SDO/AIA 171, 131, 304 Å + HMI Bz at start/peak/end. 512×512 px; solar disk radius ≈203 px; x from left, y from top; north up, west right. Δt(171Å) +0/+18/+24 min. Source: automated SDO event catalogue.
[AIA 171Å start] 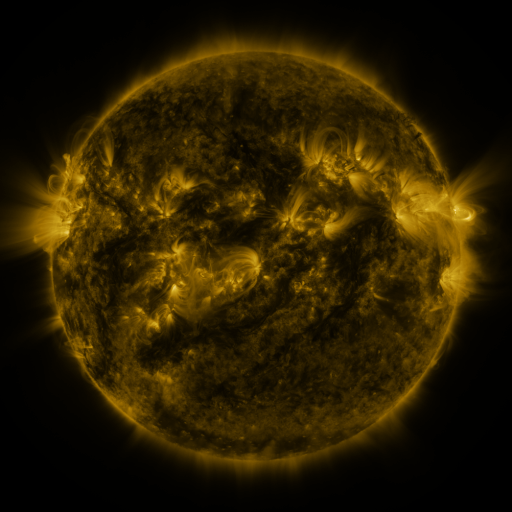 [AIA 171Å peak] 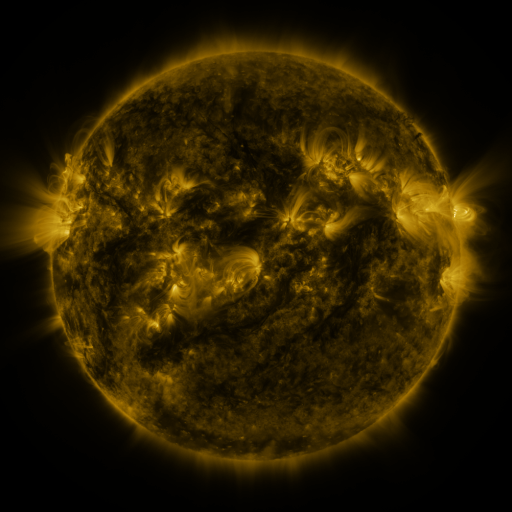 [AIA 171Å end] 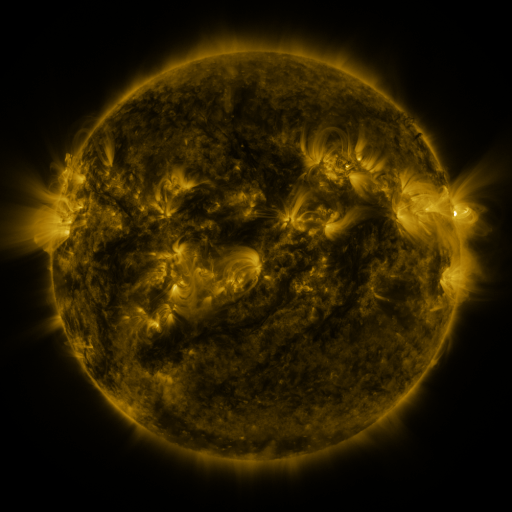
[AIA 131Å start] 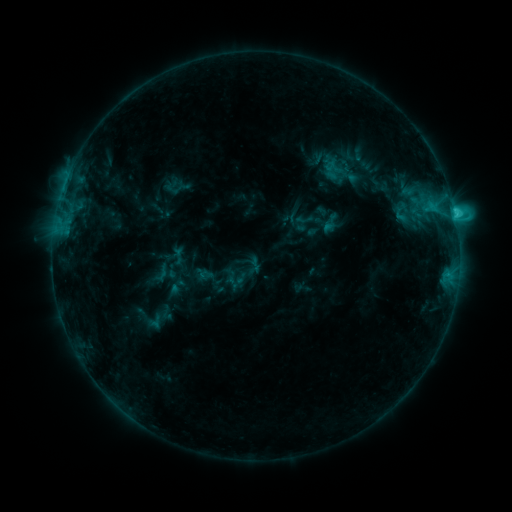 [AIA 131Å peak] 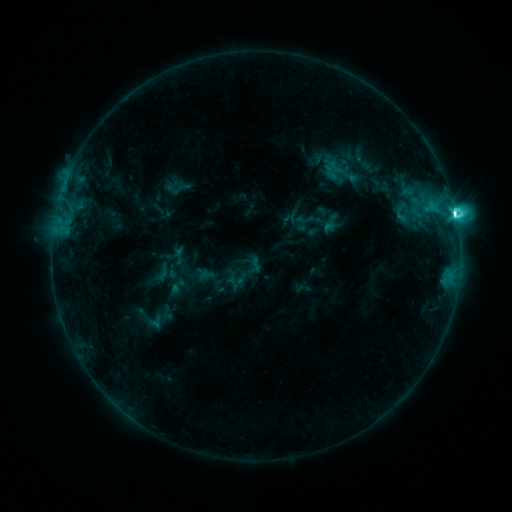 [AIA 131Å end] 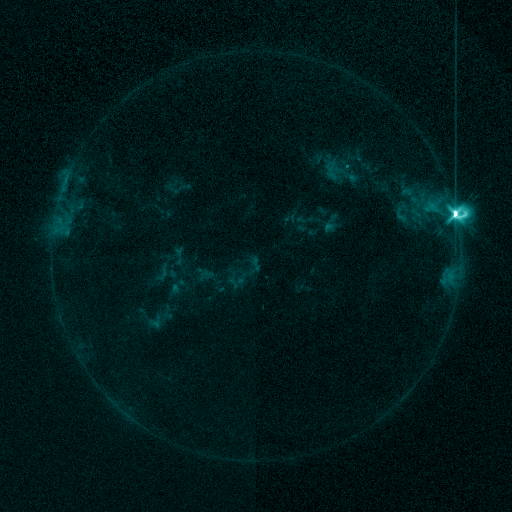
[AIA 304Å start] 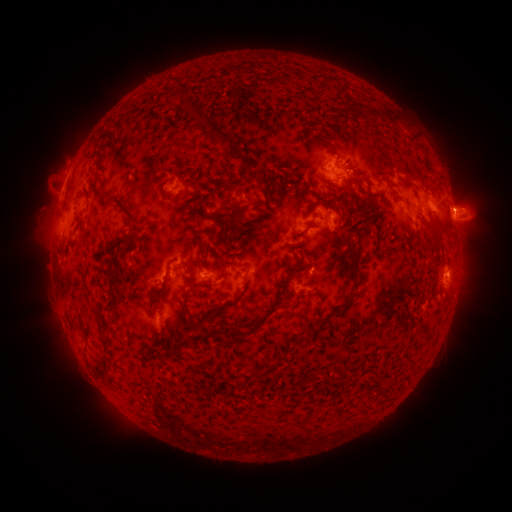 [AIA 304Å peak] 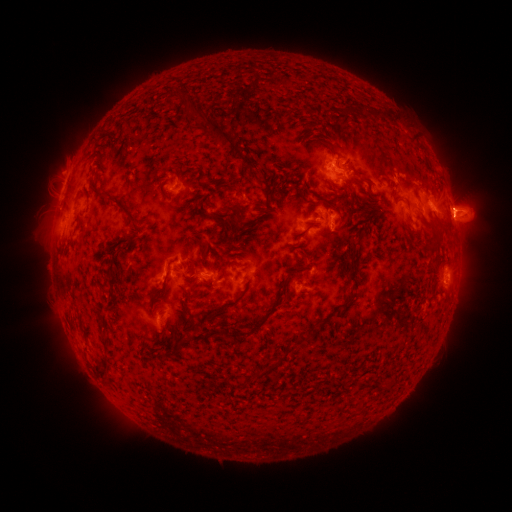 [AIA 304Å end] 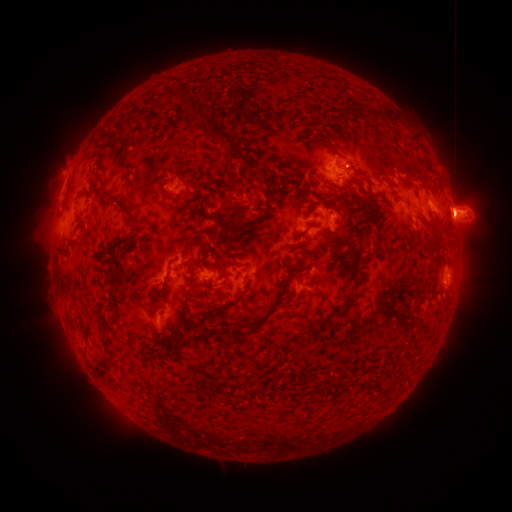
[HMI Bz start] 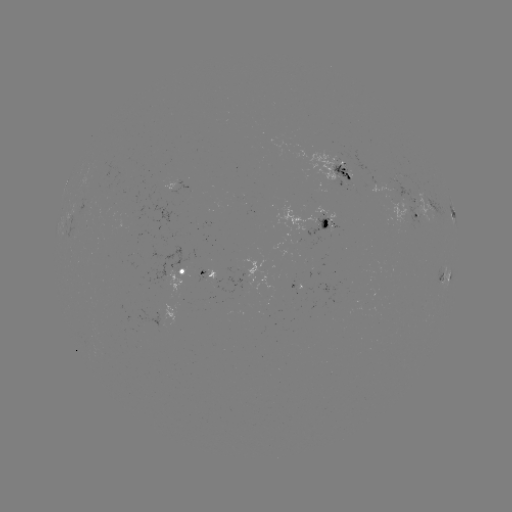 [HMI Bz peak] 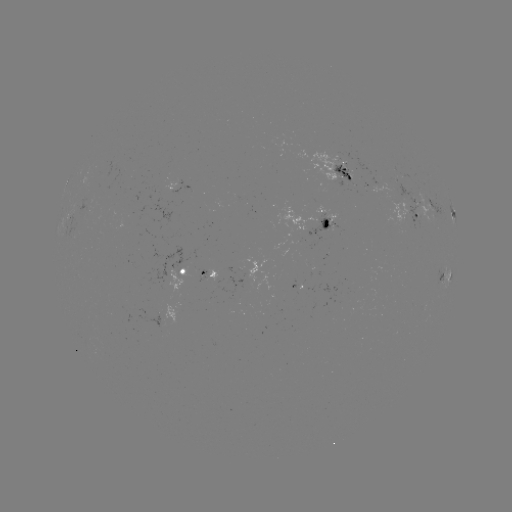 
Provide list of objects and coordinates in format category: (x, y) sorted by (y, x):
M4.0 flare: (453, 217)
